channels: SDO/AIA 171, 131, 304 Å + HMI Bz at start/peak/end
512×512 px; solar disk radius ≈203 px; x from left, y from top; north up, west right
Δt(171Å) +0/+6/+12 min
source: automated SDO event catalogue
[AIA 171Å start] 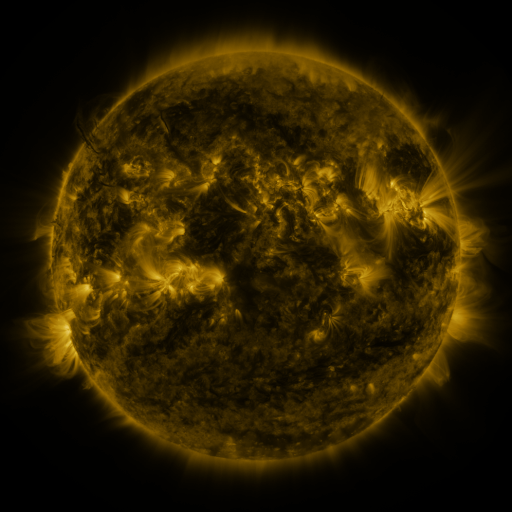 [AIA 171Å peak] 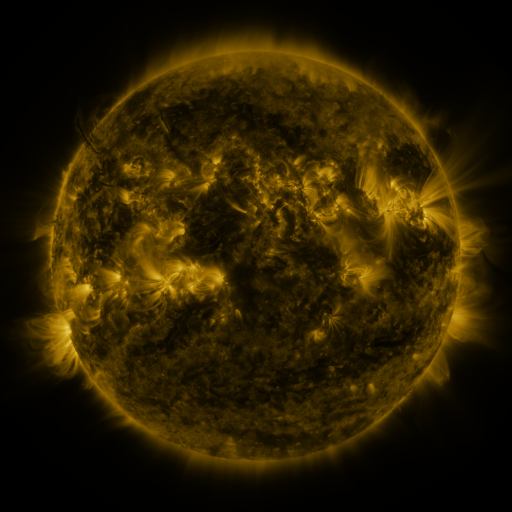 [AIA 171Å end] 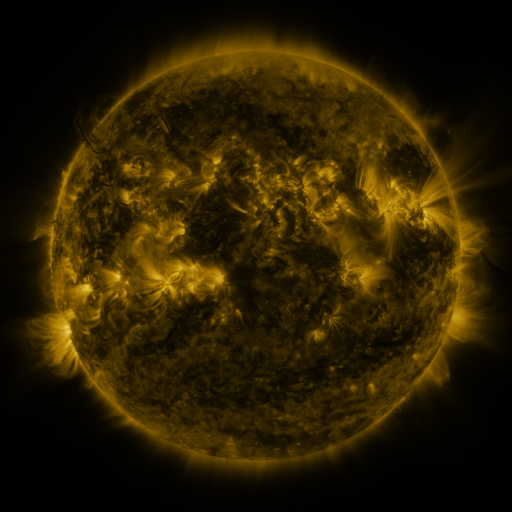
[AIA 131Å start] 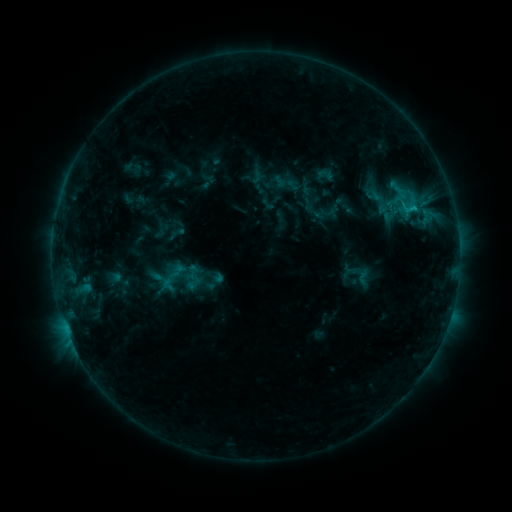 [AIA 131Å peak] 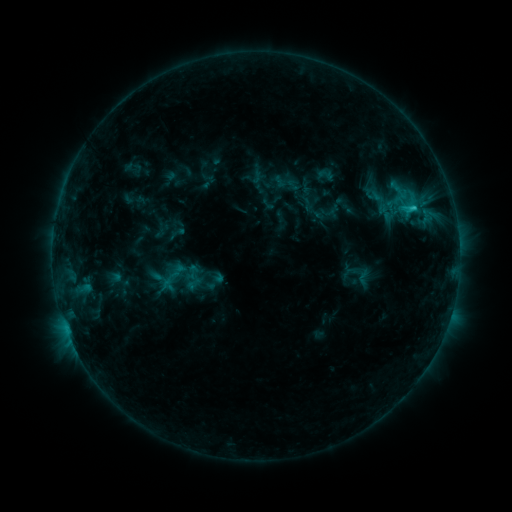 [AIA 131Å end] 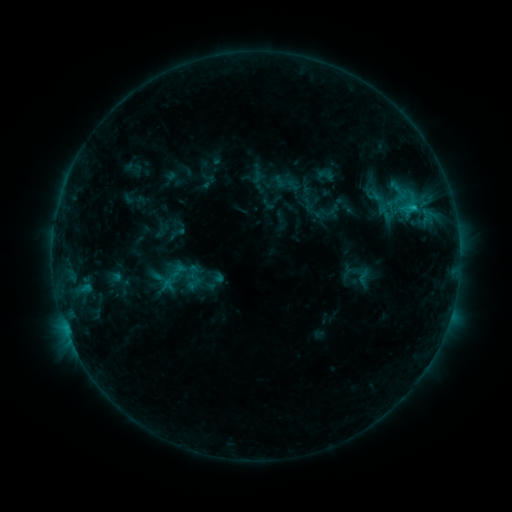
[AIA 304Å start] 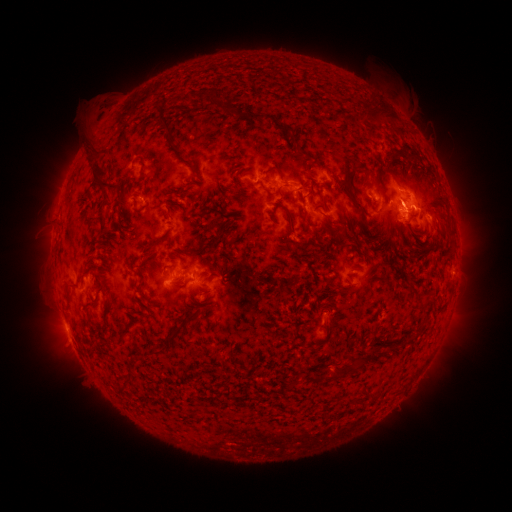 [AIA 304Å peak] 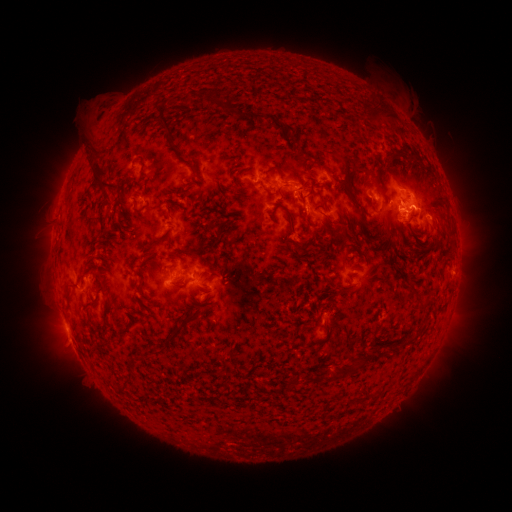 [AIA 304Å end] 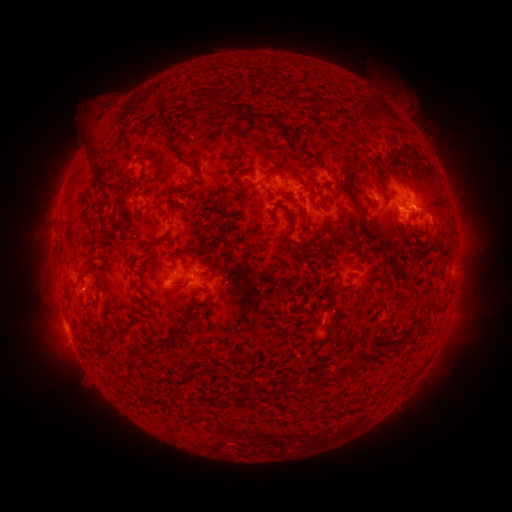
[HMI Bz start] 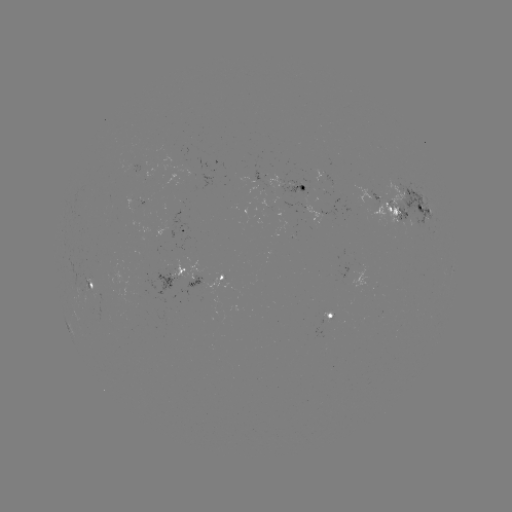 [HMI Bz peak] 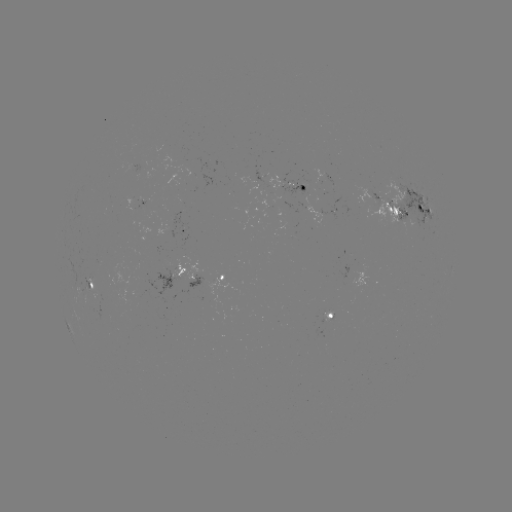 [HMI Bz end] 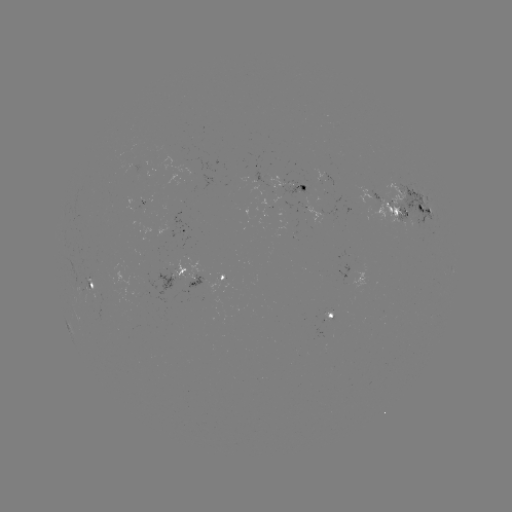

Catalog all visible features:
C1.2 flare: (413, 211)
